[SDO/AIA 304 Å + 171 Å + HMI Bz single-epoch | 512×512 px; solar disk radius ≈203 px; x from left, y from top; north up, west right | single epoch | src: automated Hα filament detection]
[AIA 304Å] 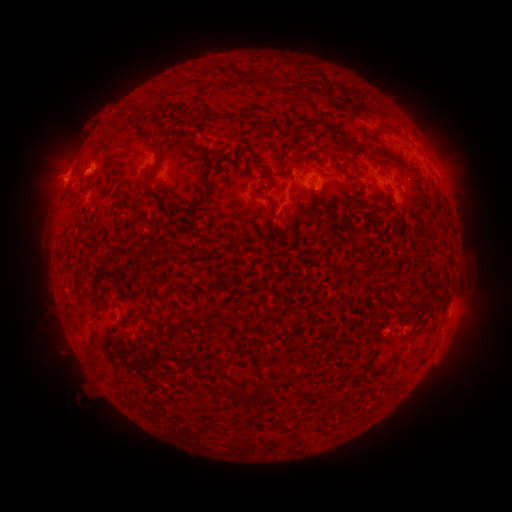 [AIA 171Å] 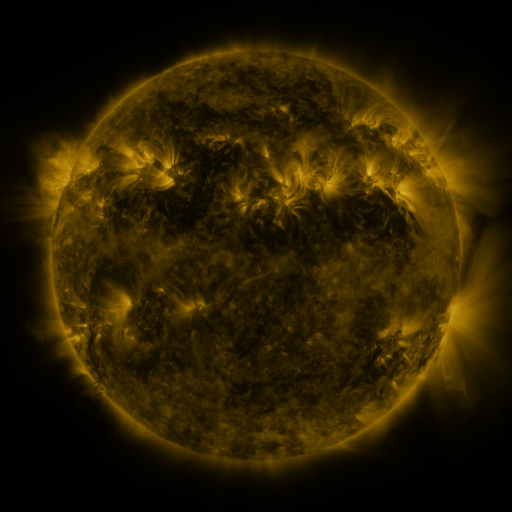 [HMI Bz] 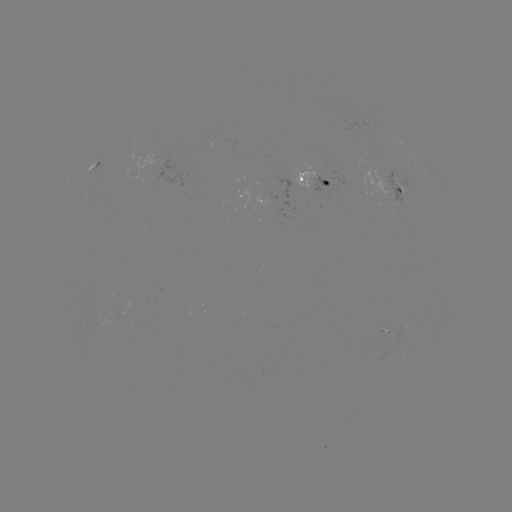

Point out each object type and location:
filament: (312, 126)
filament: (158, 142)
filament: (353, 147)
filament: (398, 162)
filament: (383, 167)
filament: (209, 185)
filament: (151, 191)
filament: (191, 208)
filament: (270, 223)
filament: (274, 311)
filament: (140, 313)
filament: (159, 318)
filament: (252, 329)
